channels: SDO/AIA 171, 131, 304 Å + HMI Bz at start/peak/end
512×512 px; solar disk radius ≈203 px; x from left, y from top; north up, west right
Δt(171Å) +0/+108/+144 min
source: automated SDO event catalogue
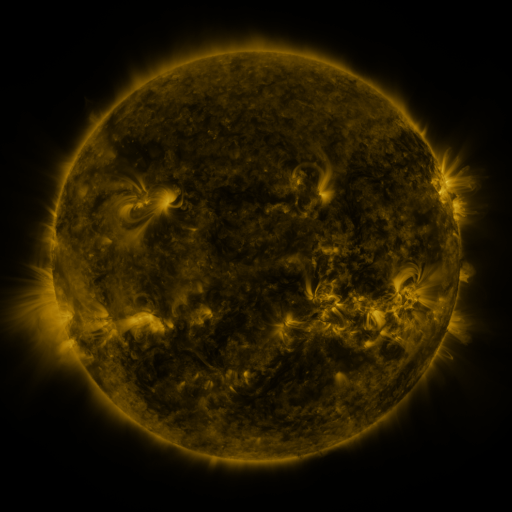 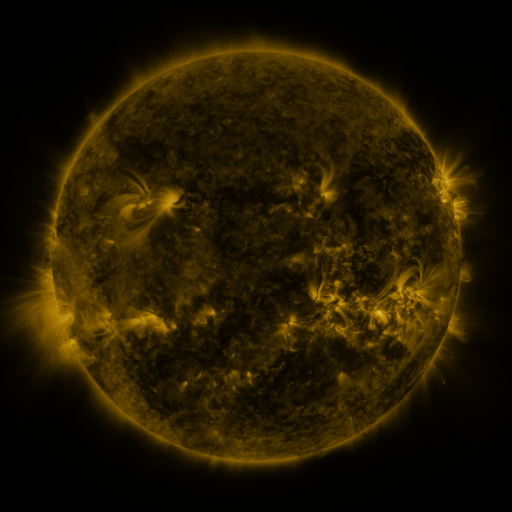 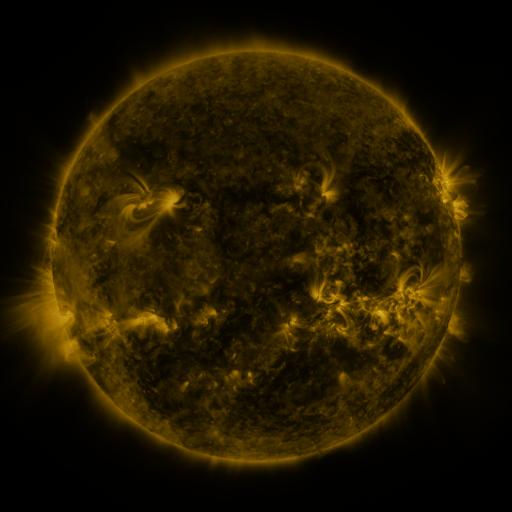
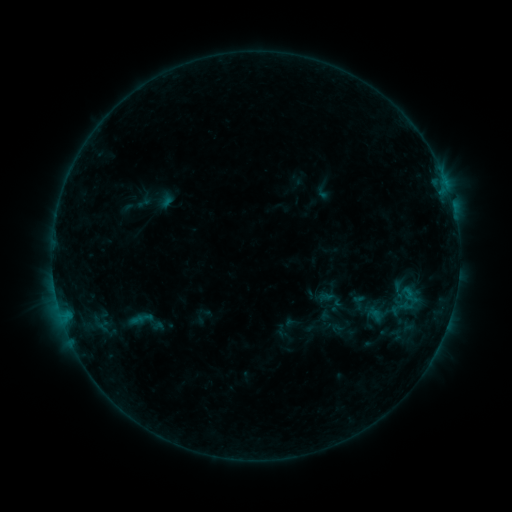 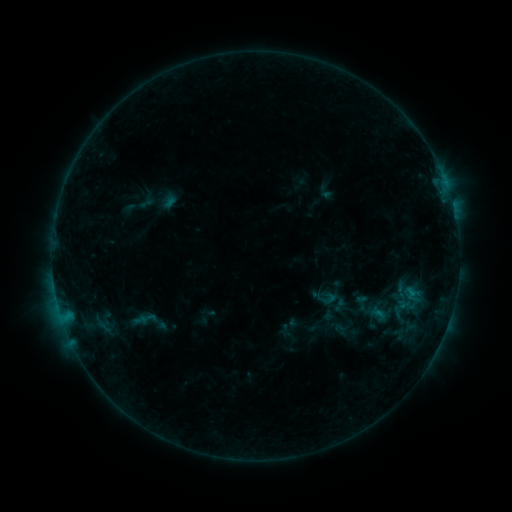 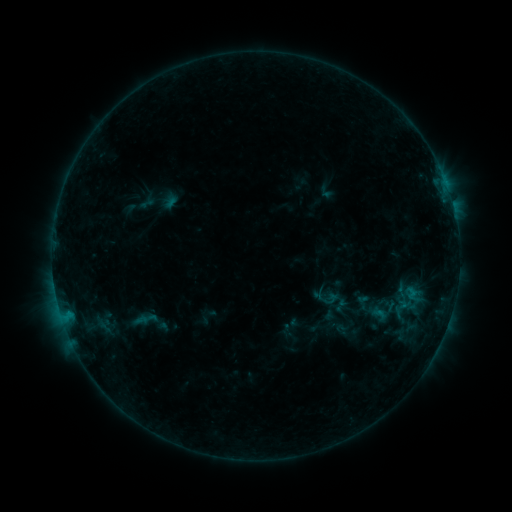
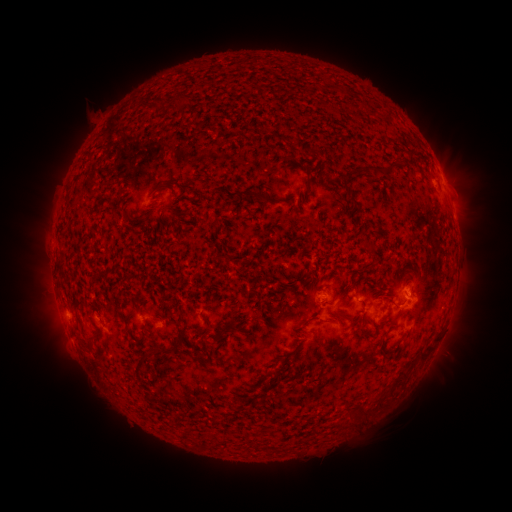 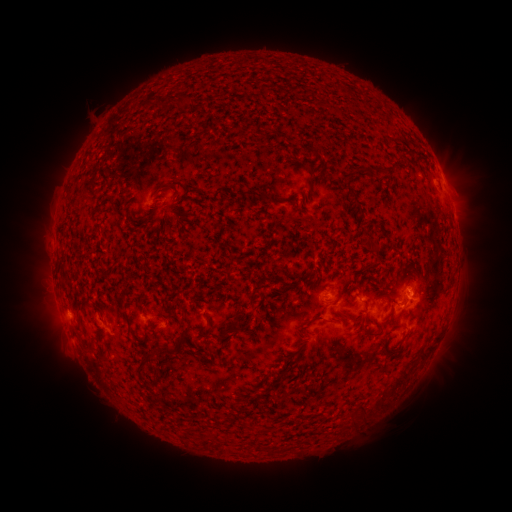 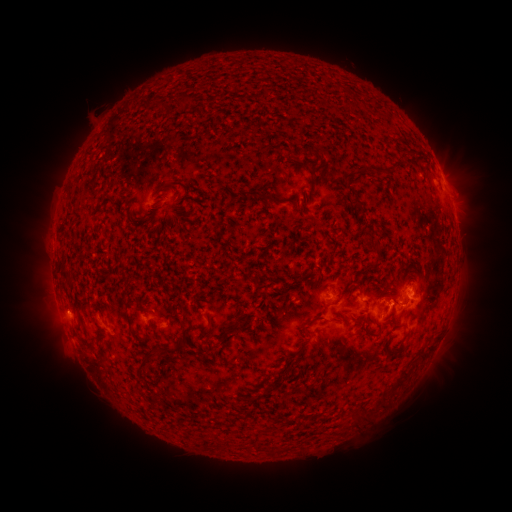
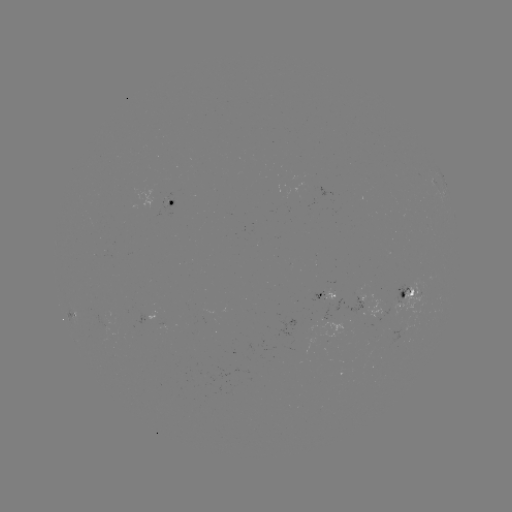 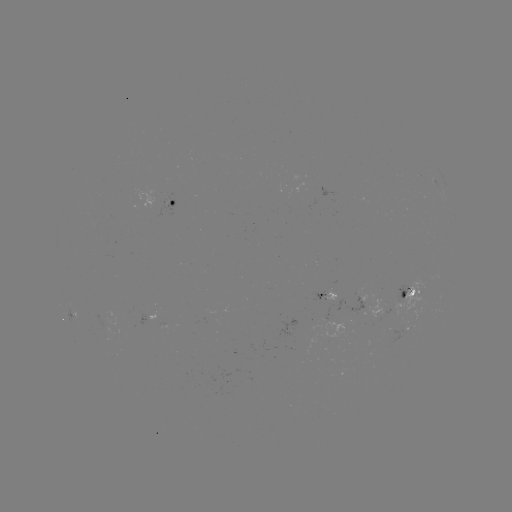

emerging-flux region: [320, 303, 331, 319]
